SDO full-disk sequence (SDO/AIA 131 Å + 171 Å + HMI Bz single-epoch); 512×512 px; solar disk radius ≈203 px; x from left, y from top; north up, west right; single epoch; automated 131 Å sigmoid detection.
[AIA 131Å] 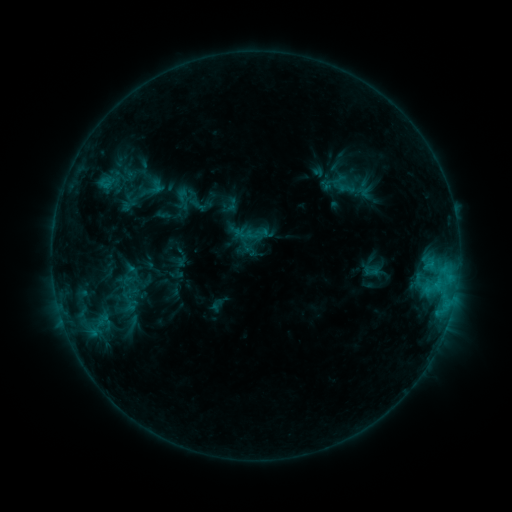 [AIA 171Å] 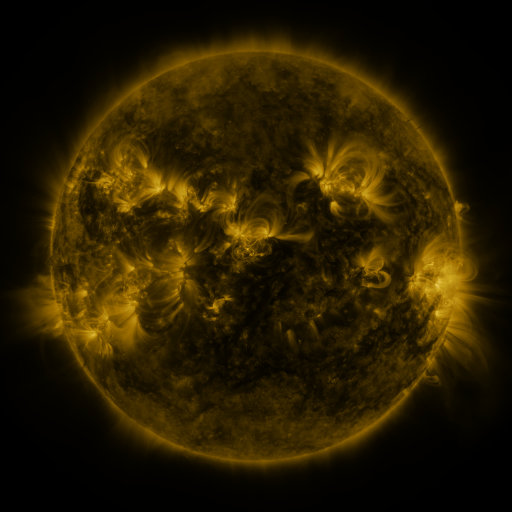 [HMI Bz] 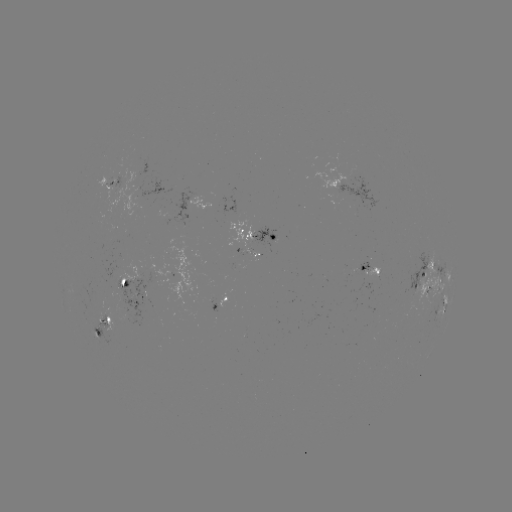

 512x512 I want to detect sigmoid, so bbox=[172, 187, 194, 210].